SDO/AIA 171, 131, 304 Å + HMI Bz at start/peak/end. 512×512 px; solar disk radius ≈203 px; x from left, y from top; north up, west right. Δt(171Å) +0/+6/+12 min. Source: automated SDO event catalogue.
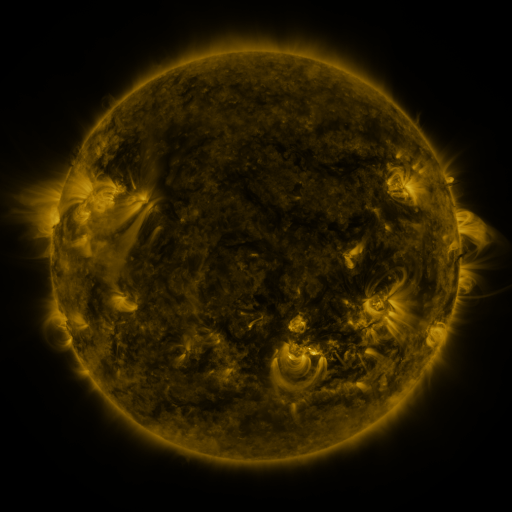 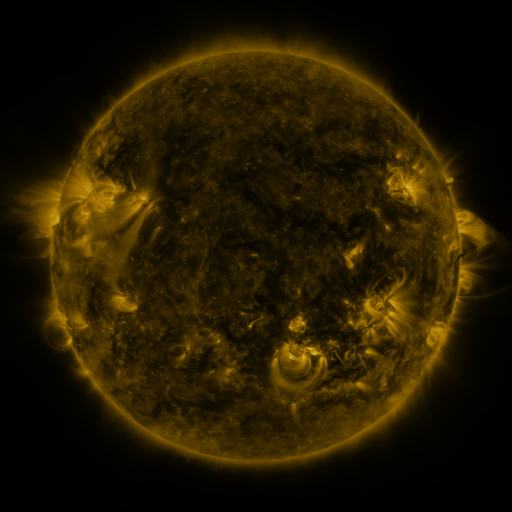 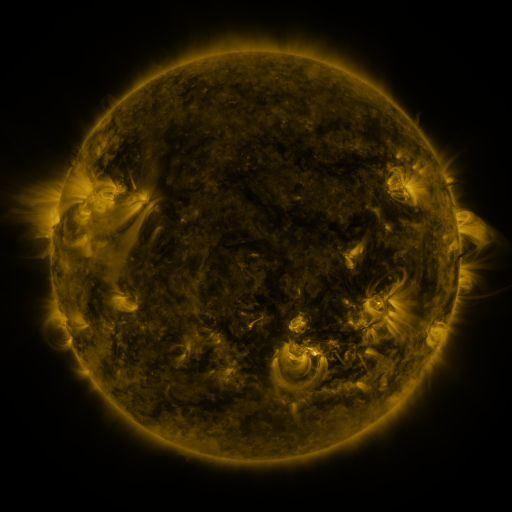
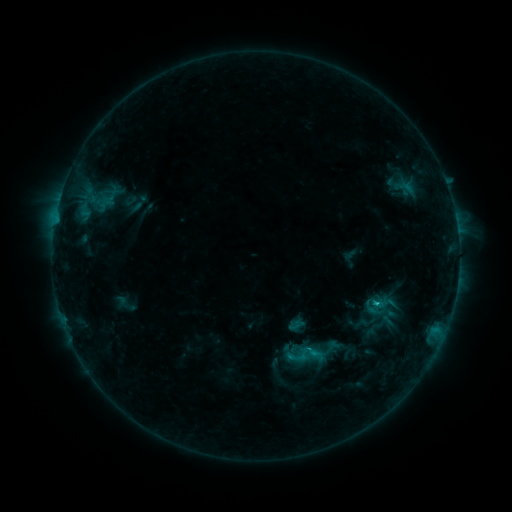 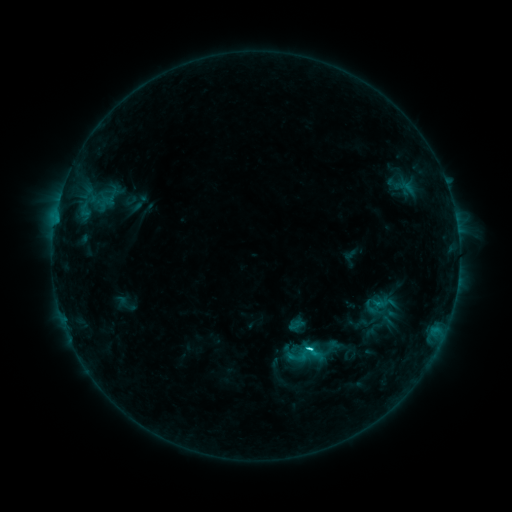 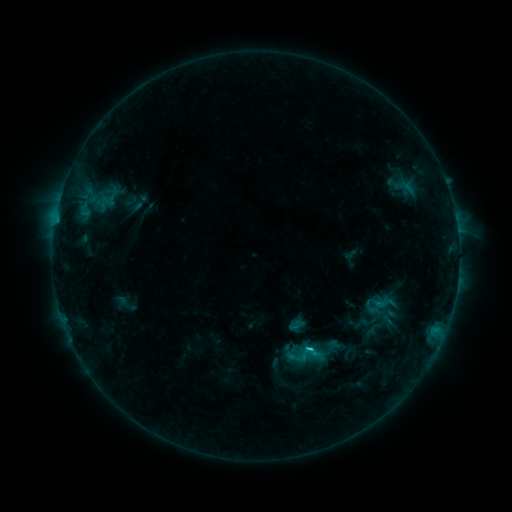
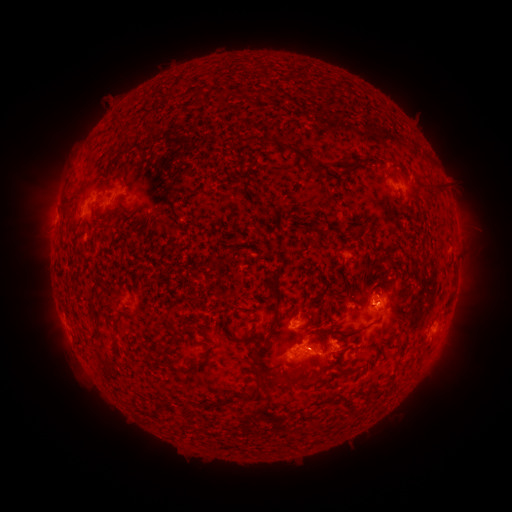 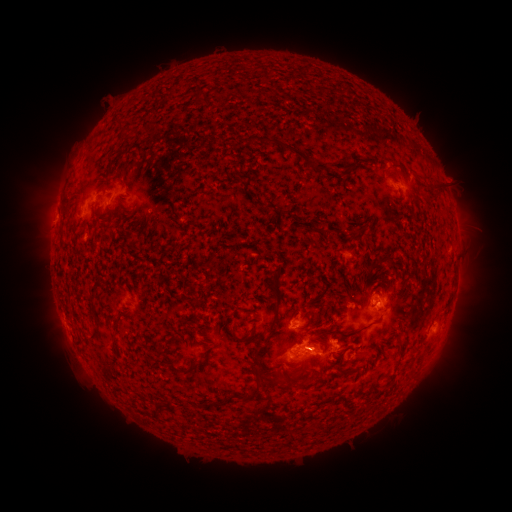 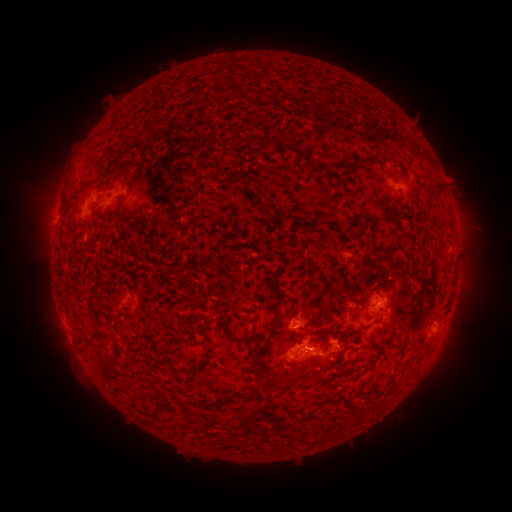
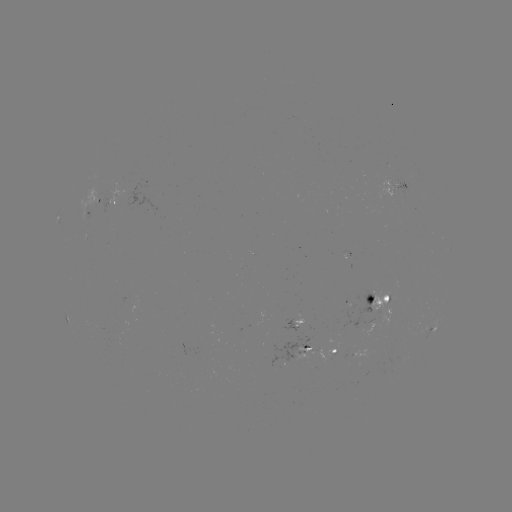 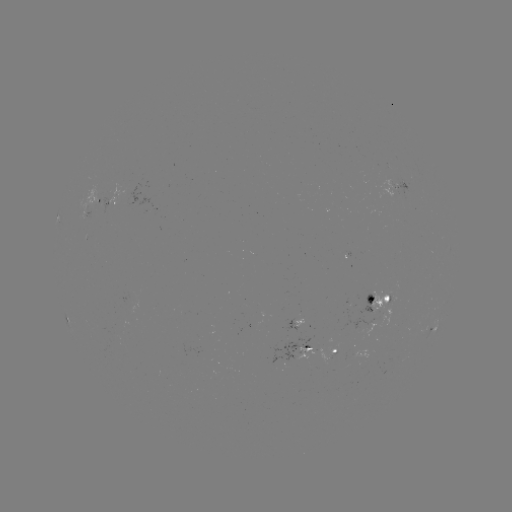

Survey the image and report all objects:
C2.9 flare: (308, 347)
